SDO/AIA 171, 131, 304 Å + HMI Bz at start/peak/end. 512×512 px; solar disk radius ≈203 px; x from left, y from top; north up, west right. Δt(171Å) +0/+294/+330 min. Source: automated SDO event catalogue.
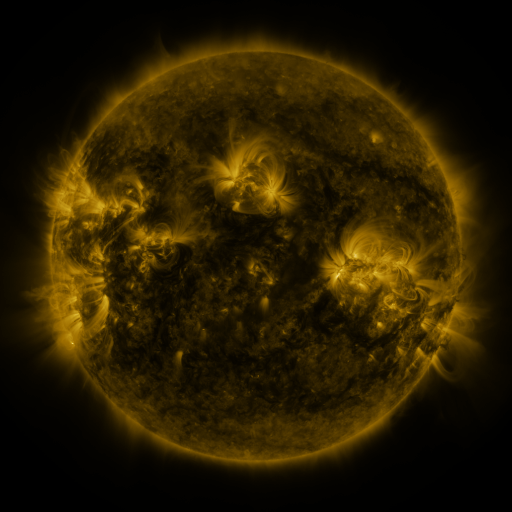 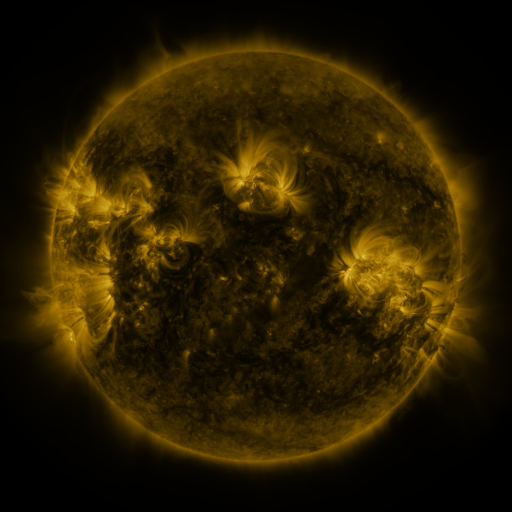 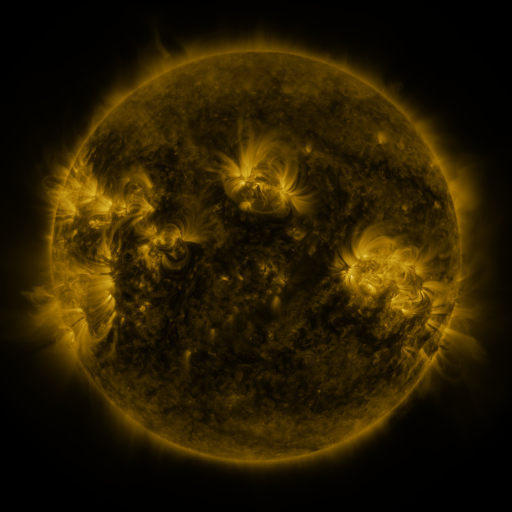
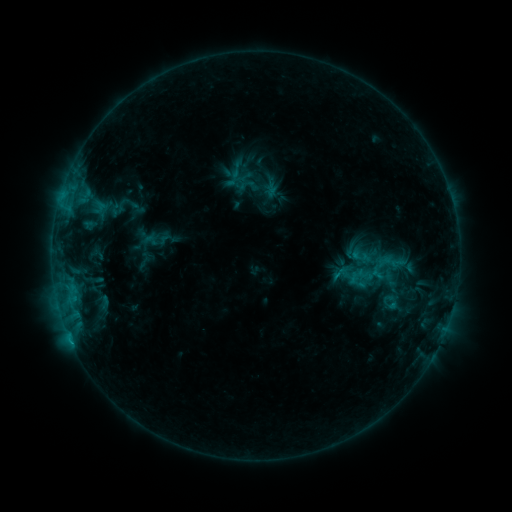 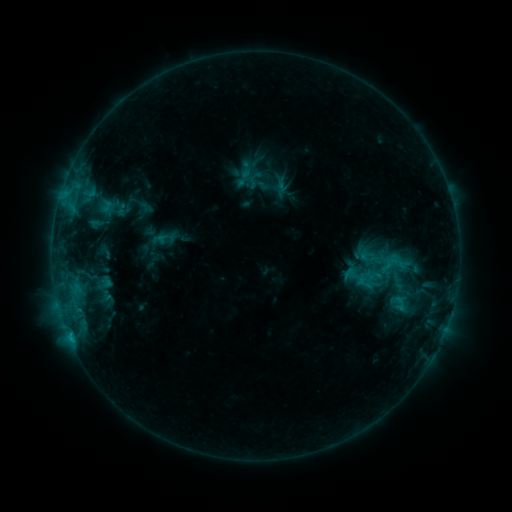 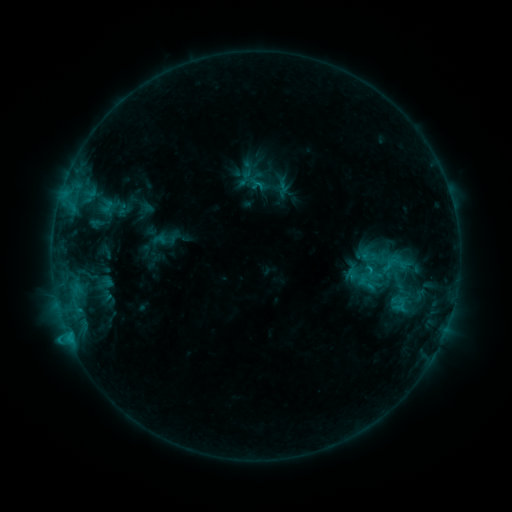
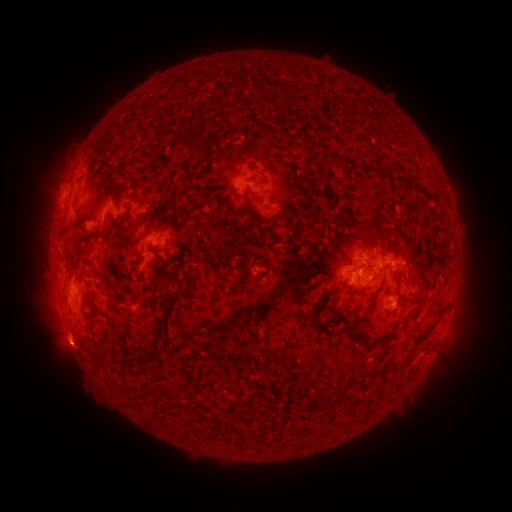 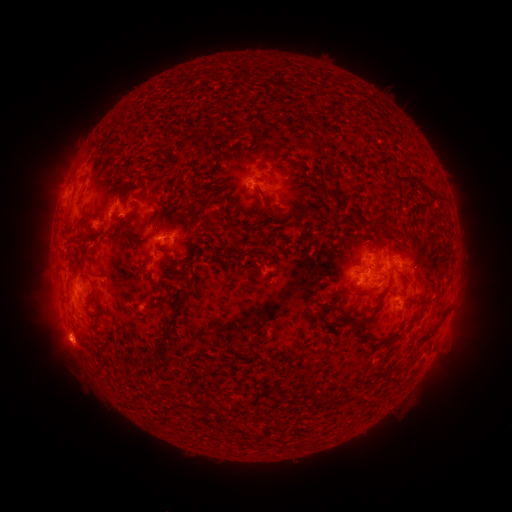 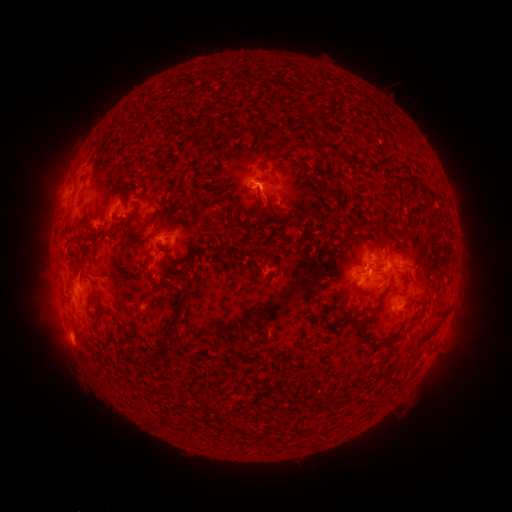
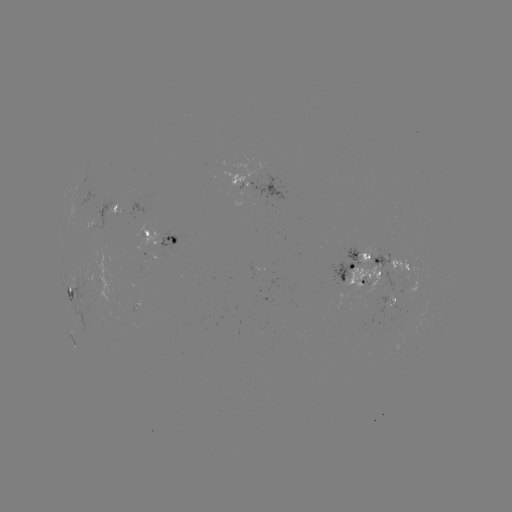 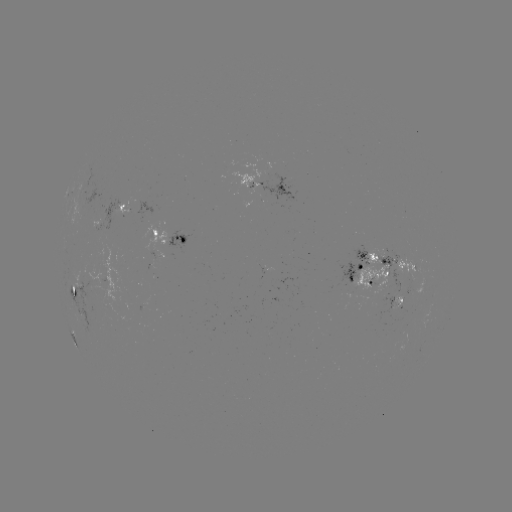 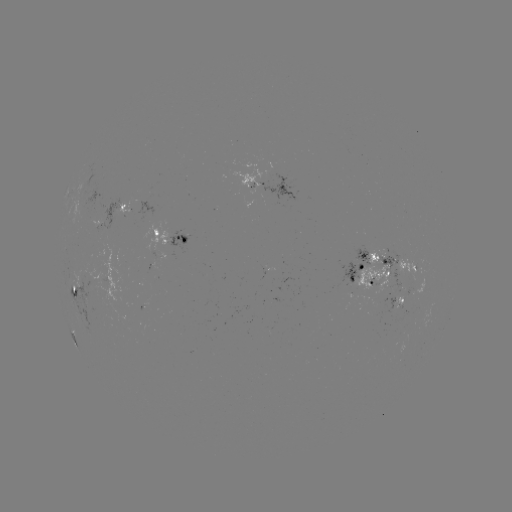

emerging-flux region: [353, 246, 387, 297]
